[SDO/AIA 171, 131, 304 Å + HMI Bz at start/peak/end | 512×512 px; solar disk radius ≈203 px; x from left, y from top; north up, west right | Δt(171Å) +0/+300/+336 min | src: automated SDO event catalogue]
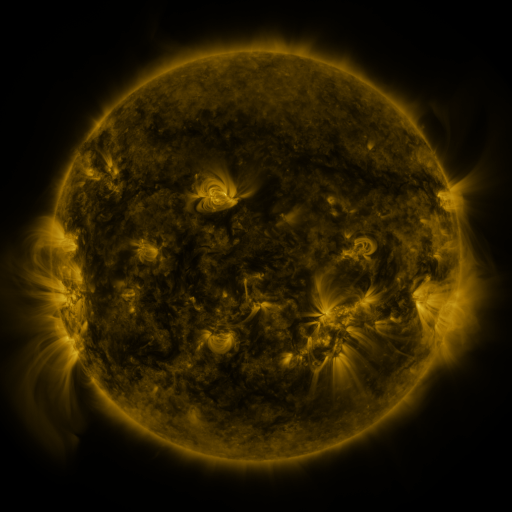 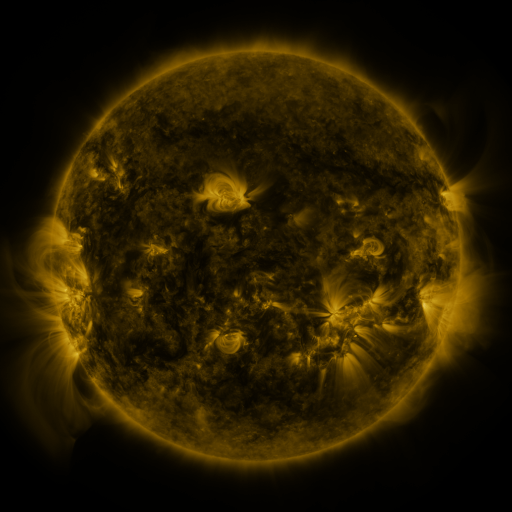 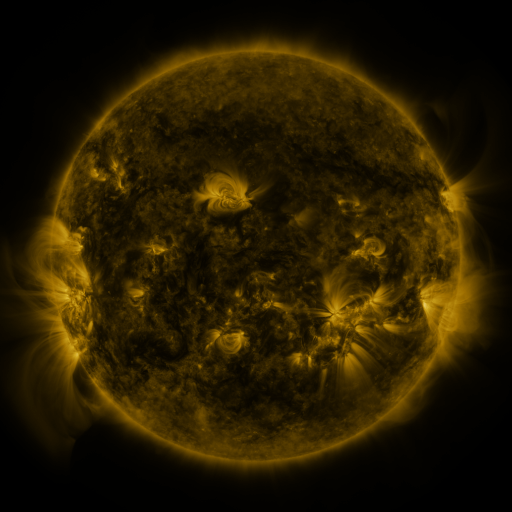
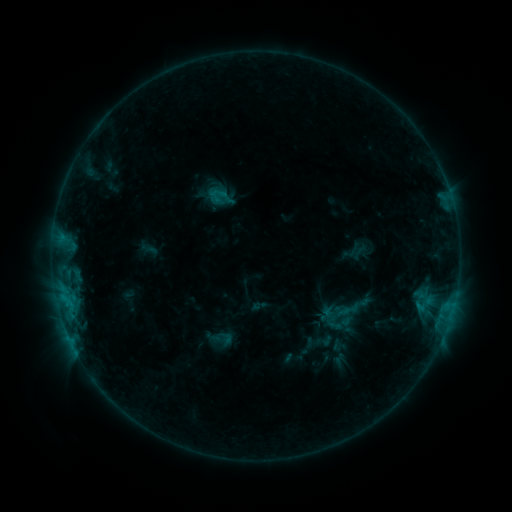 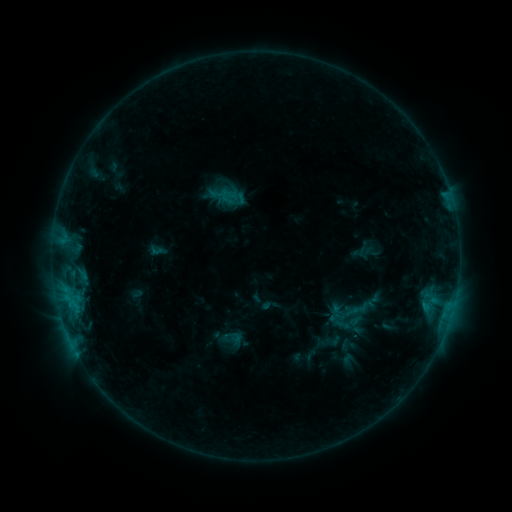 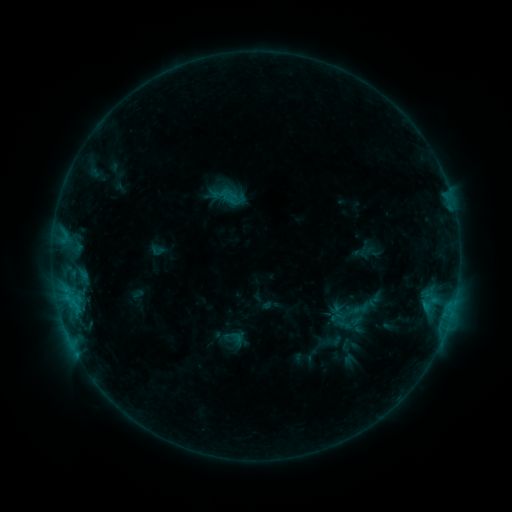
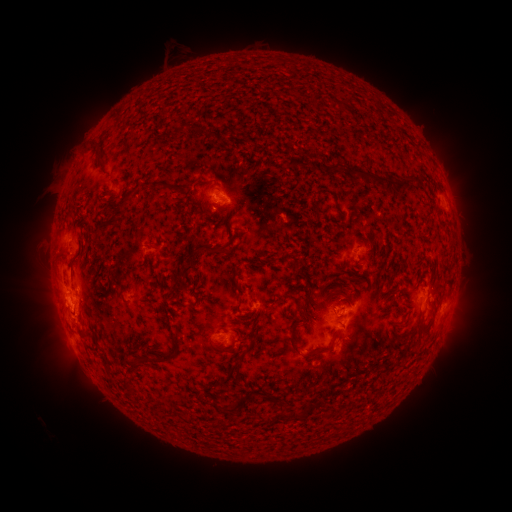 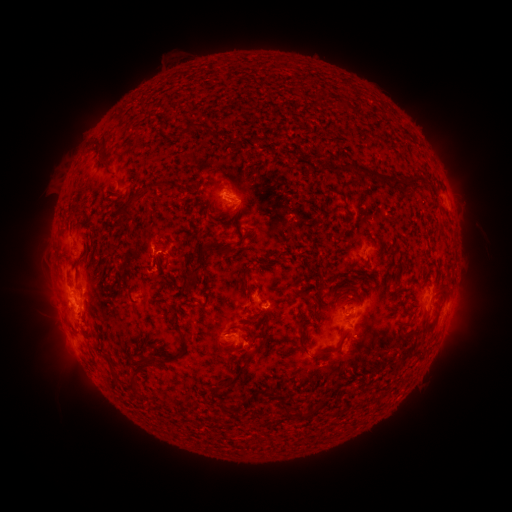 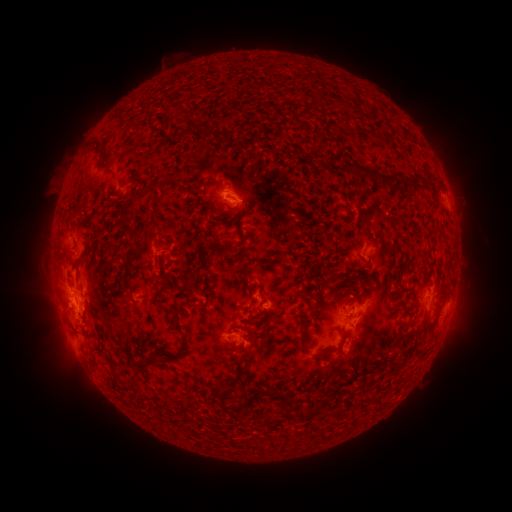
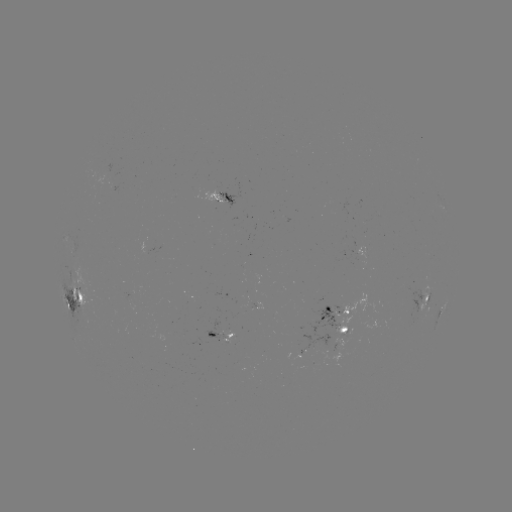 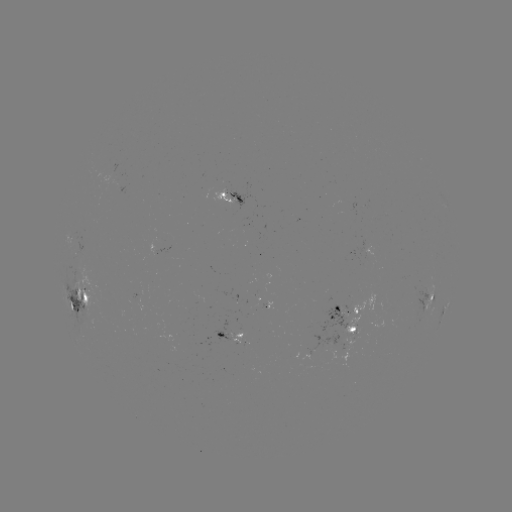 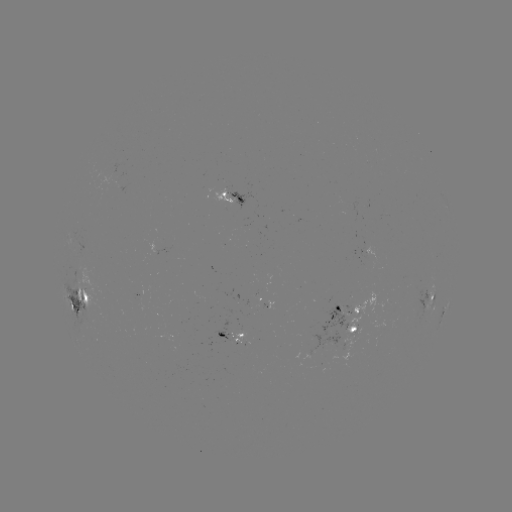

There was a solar emerging-flux region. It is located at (336, 316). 